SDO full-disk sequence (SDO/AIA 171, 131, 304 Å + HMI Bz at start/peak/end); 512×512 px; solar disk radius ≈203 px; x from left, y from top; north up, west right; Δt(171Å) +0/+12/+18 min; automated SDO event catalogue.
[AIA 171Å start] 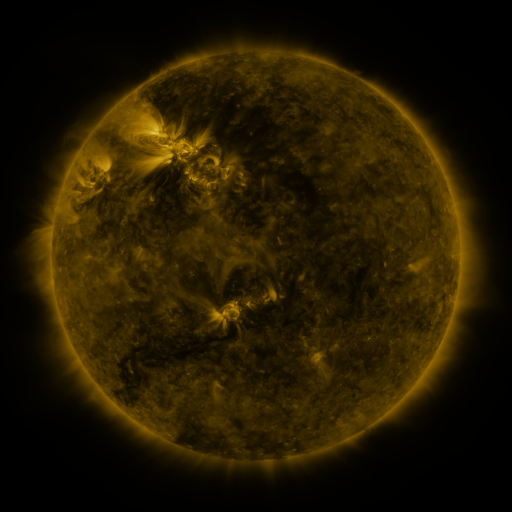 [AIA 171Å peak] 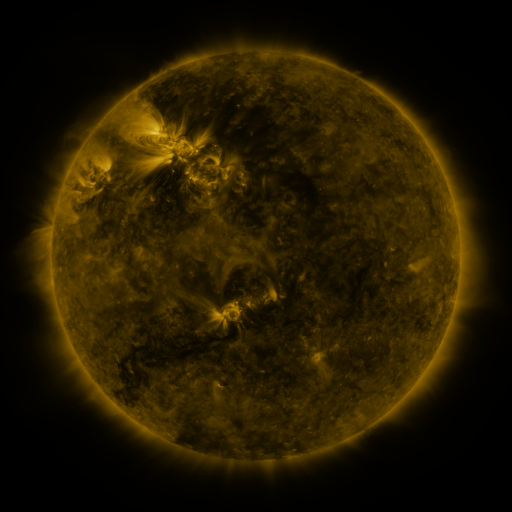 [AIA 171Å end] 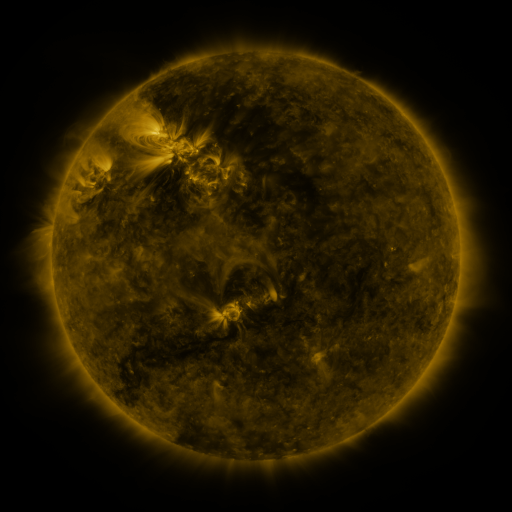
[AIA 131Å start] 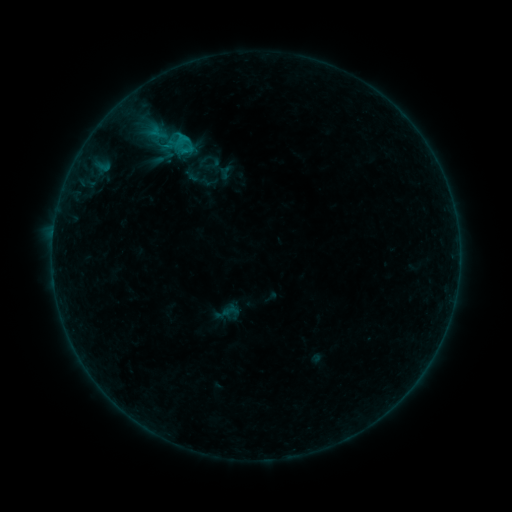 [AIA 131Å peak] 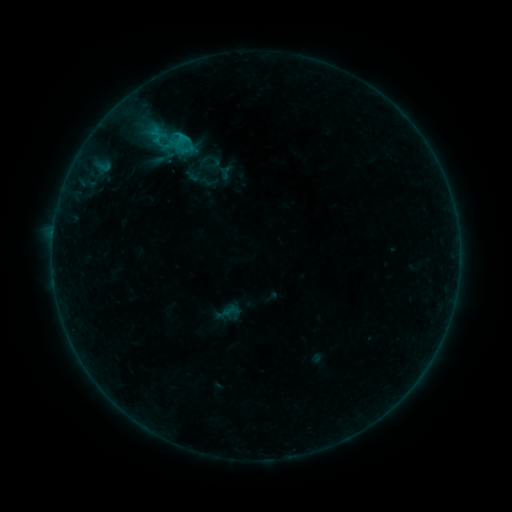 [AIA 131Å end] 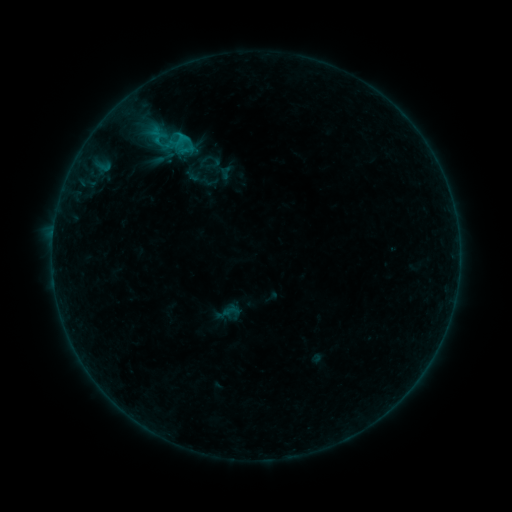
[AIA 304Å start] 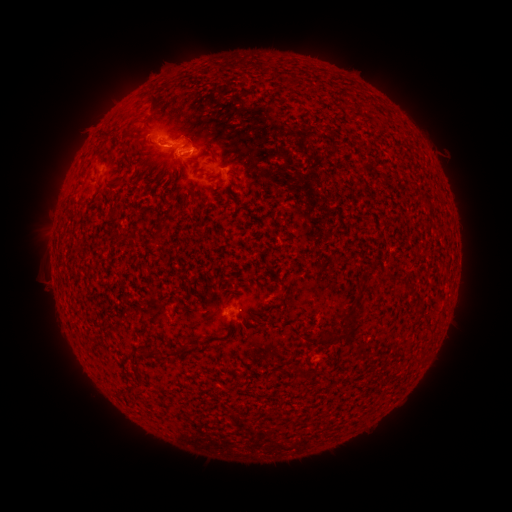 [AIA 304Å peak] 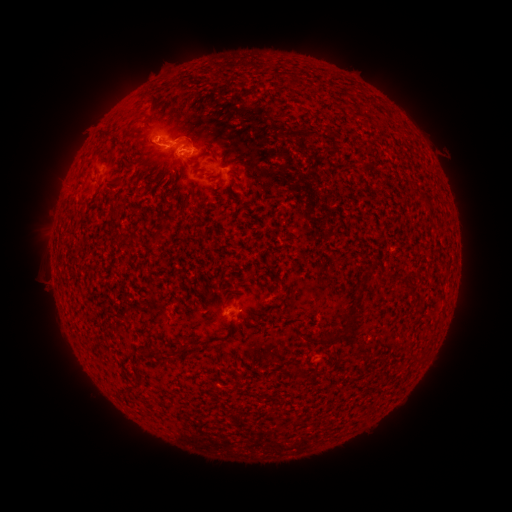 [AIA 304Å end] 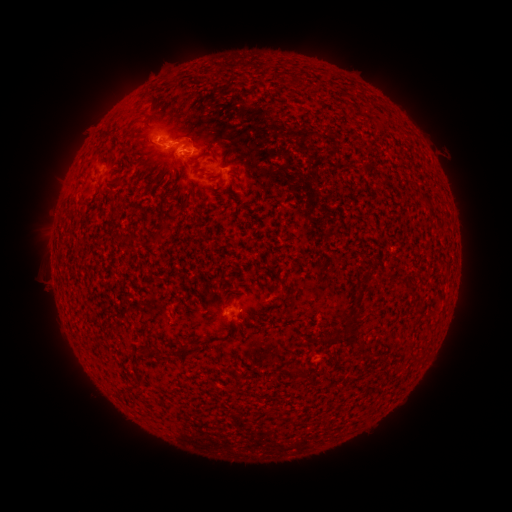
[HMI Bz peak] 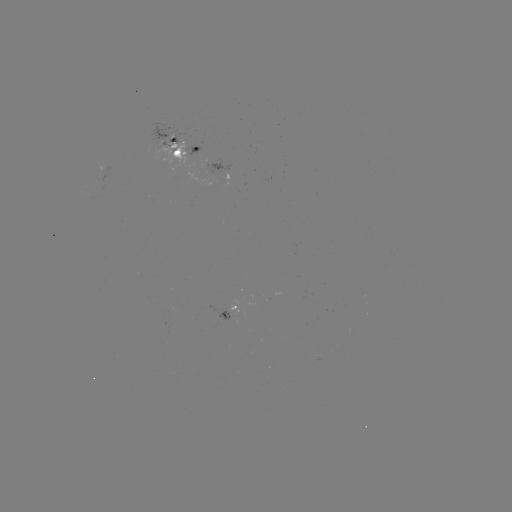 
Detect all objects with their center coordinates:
C1.0 flare: (155, 142)
